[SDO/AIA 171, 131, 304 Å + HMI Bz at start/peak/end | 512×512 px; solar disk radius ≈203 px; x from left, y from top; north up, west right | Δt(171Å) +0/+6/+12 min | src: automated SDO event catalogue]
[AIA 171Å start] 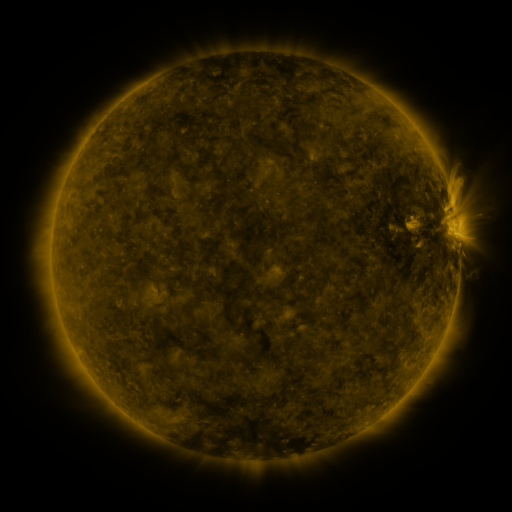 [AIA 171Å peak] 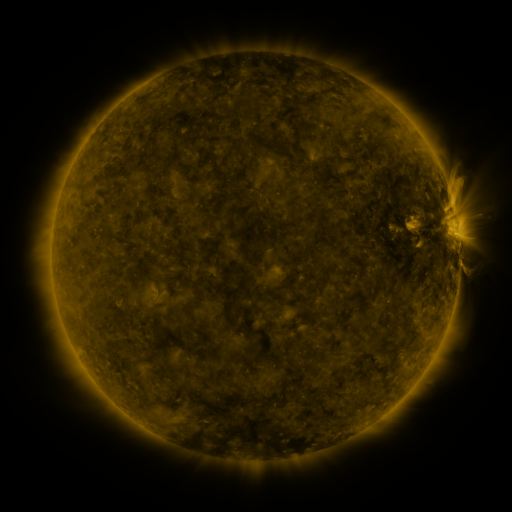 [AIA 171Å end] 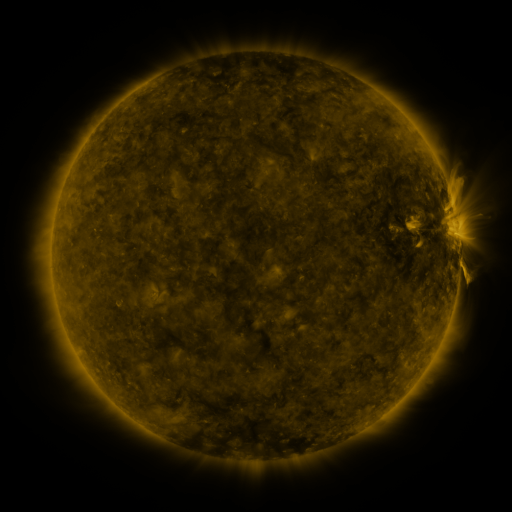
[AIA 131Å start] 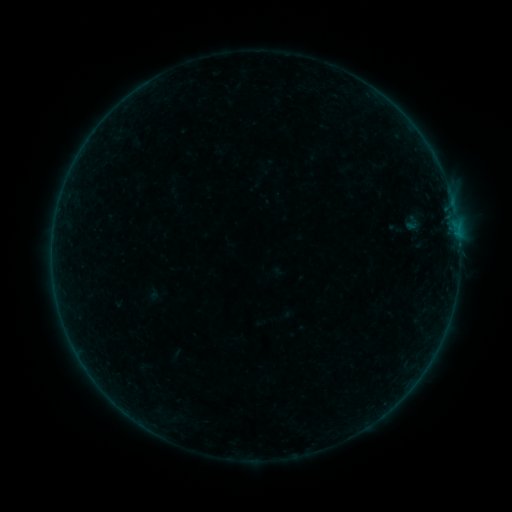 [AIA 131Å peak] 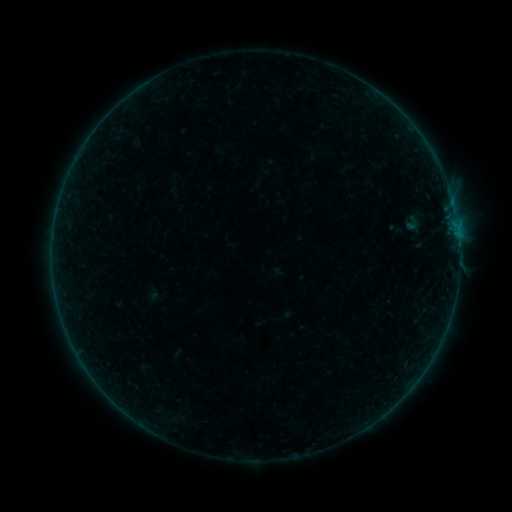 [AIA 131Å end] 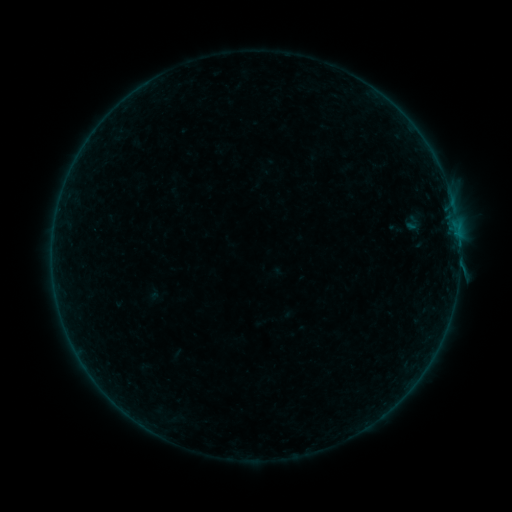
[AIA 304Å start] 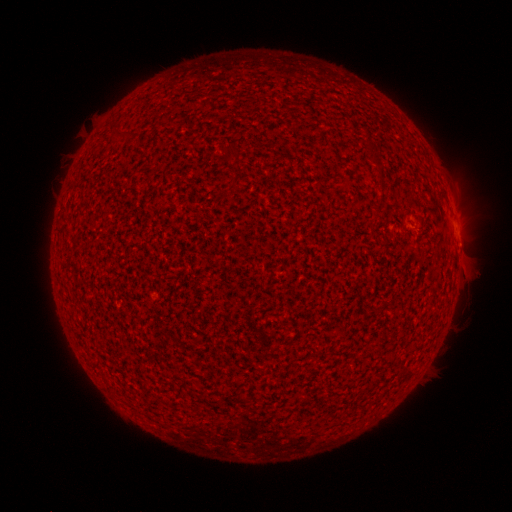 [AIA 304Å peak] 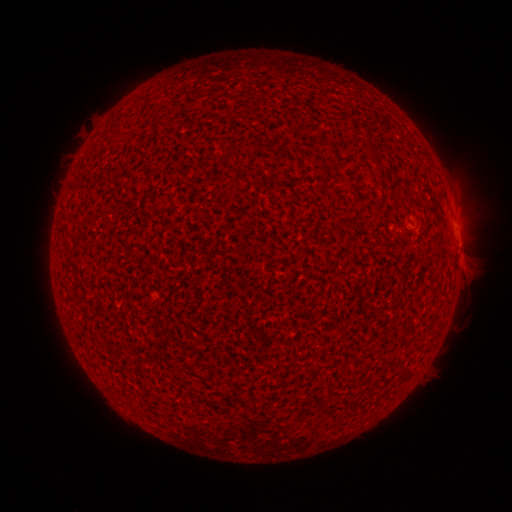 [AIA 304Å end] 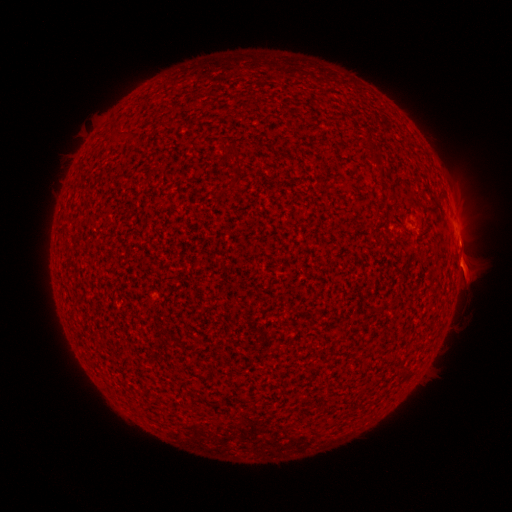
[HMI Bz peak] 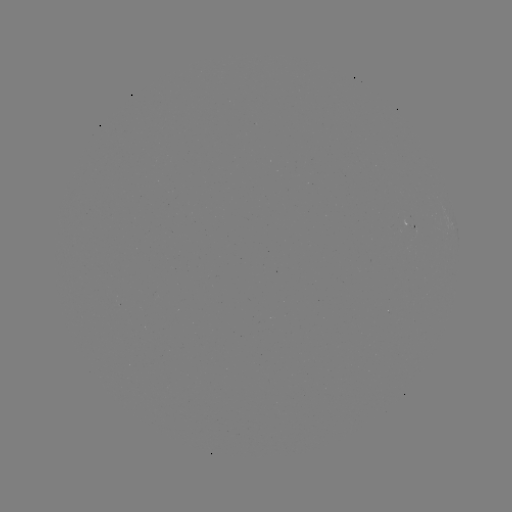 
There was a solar flare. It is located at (458, 245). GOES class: B1.6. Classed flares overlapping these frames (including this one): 1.